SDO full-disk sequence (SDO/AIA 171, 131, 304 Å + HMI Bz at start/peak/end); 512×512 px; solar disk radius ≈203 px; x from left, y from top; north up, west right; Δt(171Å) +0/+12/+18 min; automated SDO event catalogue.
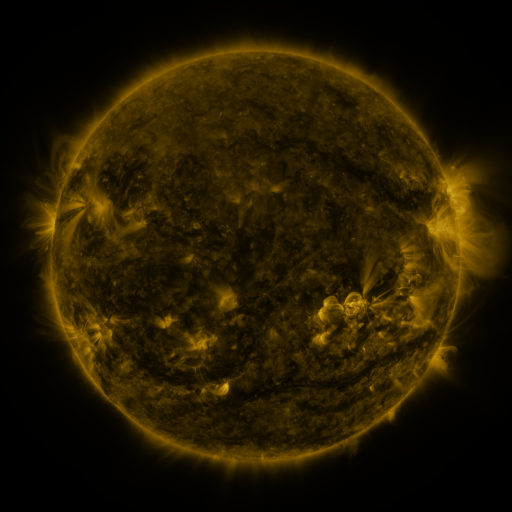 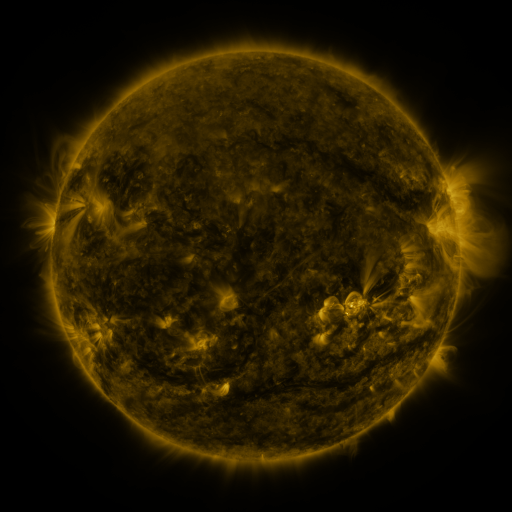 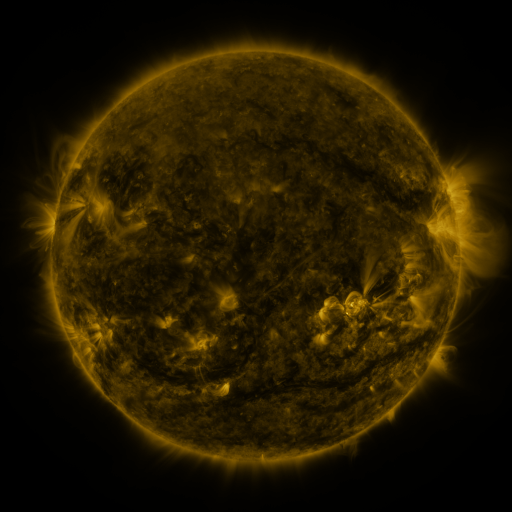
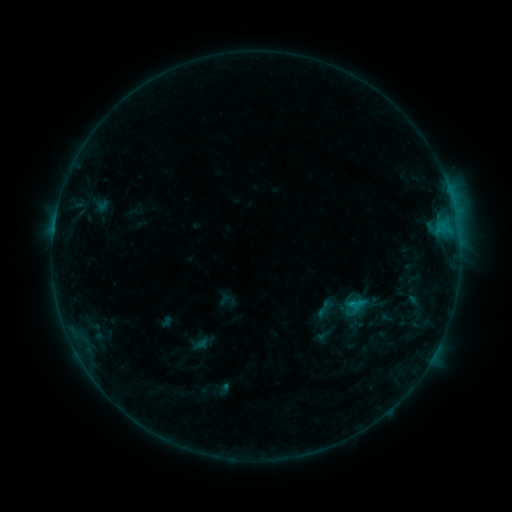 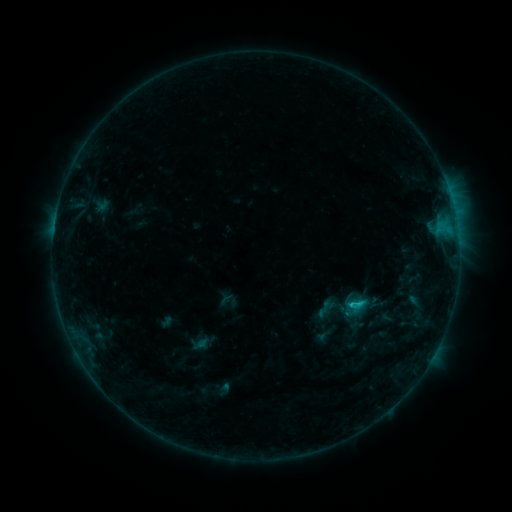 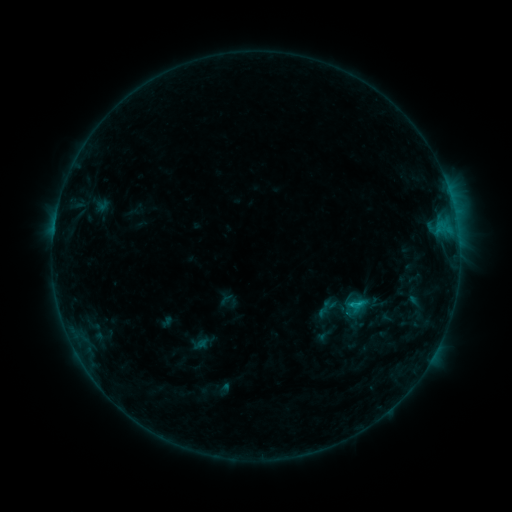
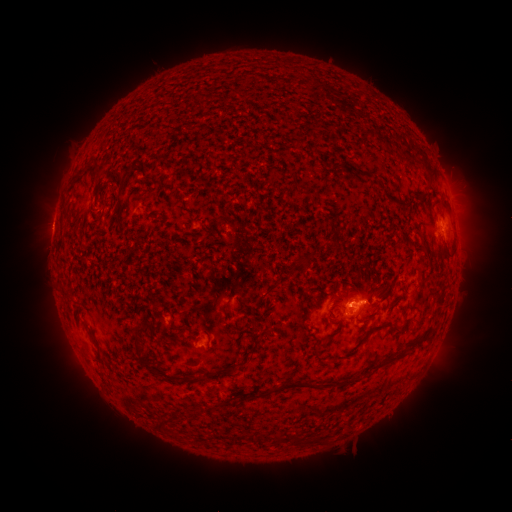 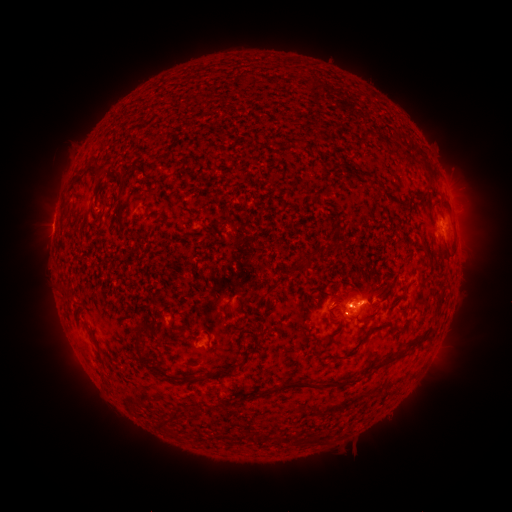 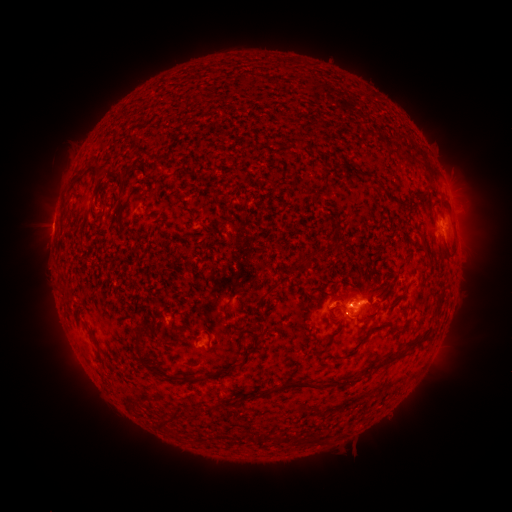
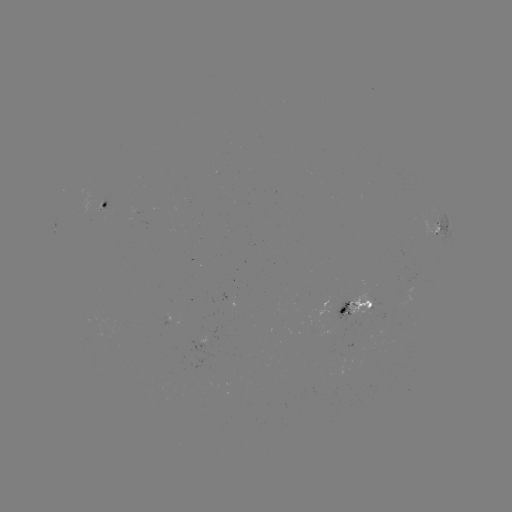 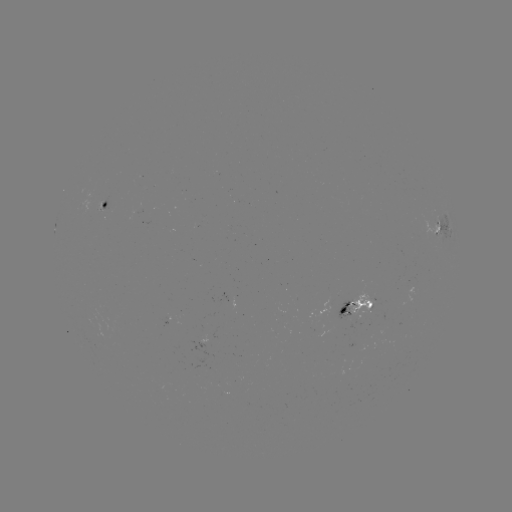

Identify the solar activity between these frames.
B9.8 flare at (349, 302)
